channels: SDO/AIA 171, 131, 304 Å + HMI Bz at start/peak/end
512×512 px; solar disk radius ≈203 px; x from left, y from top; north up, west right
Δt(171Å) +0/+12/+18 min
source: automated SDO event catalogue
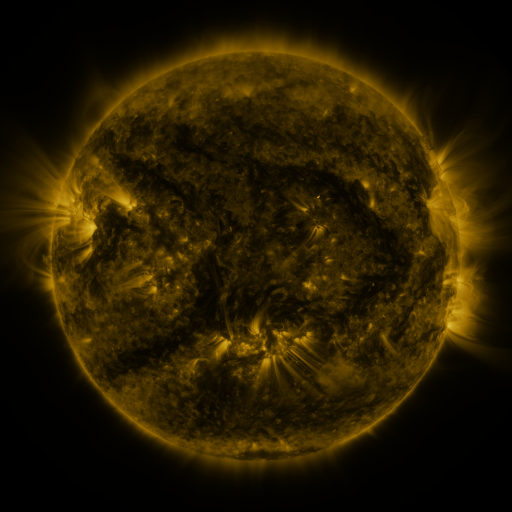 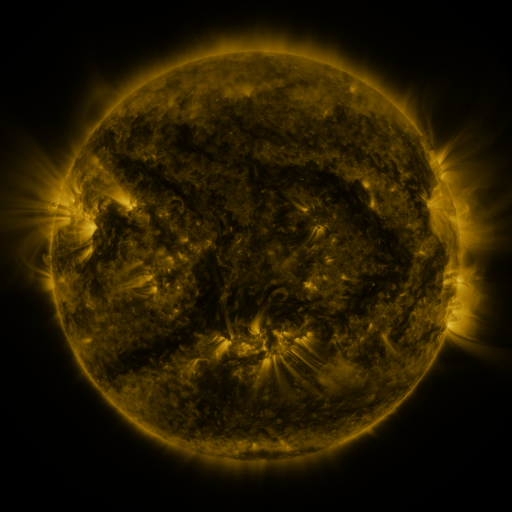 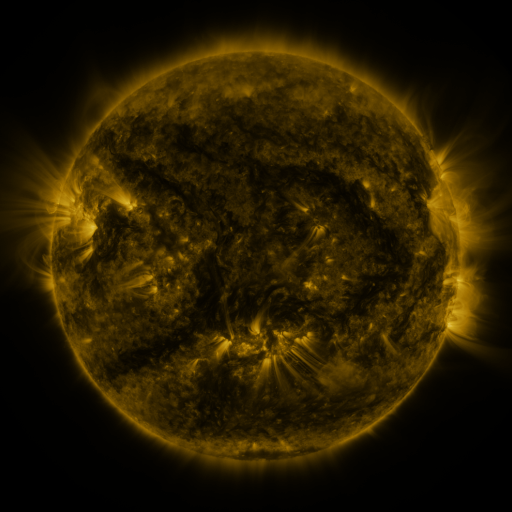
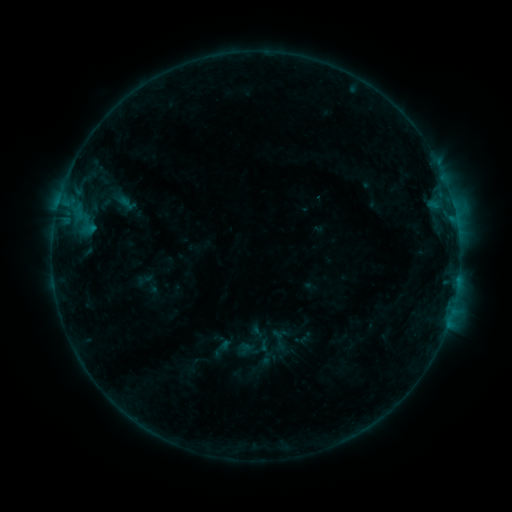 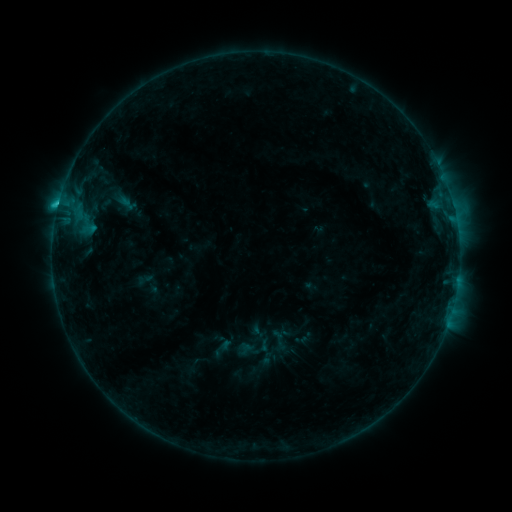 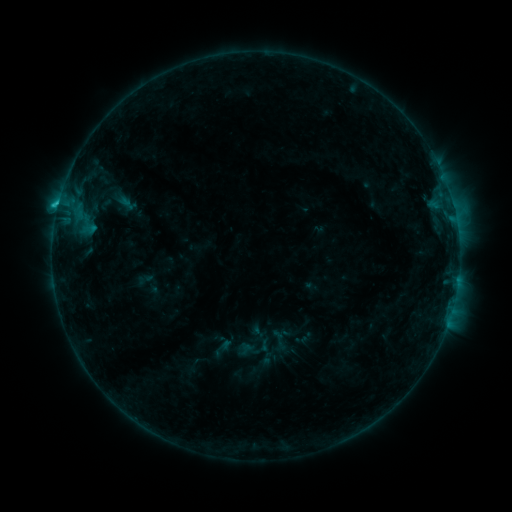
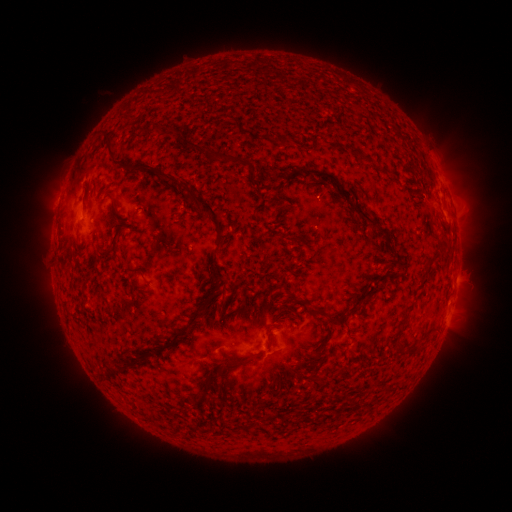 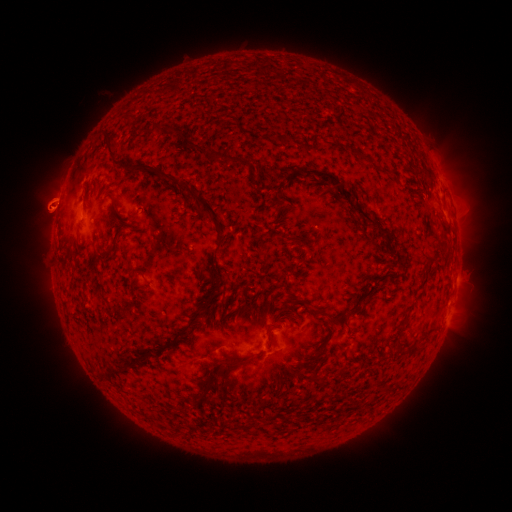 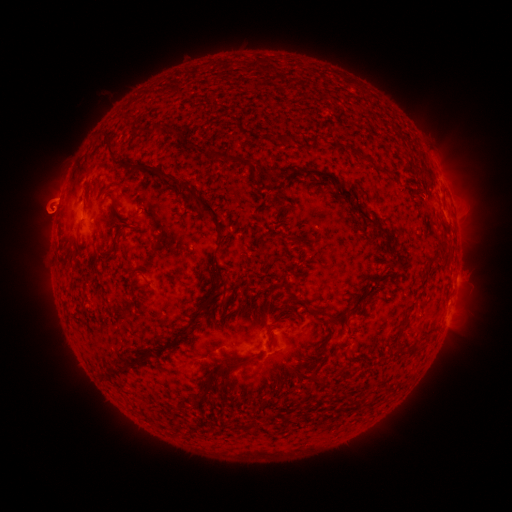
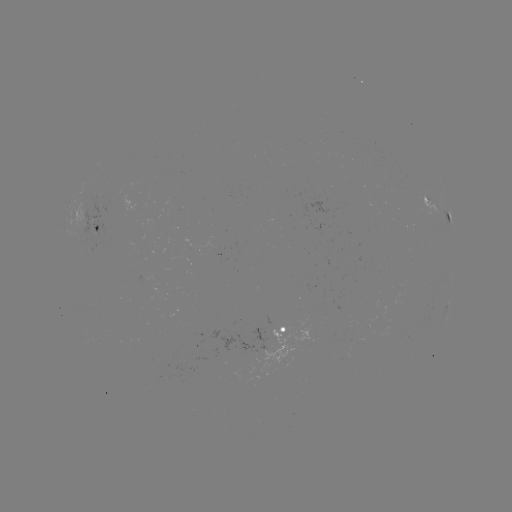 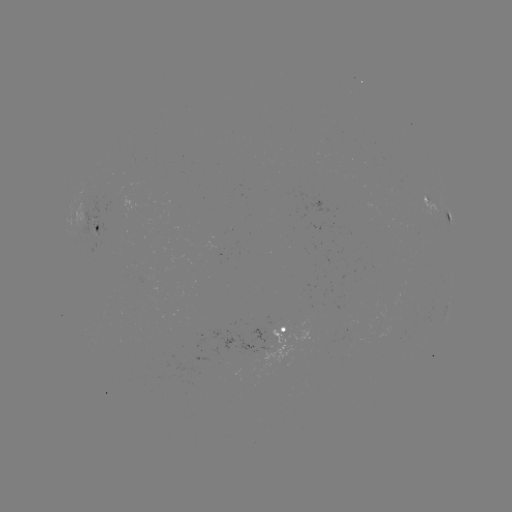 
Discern C1.2 flare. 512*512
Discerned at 60,212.